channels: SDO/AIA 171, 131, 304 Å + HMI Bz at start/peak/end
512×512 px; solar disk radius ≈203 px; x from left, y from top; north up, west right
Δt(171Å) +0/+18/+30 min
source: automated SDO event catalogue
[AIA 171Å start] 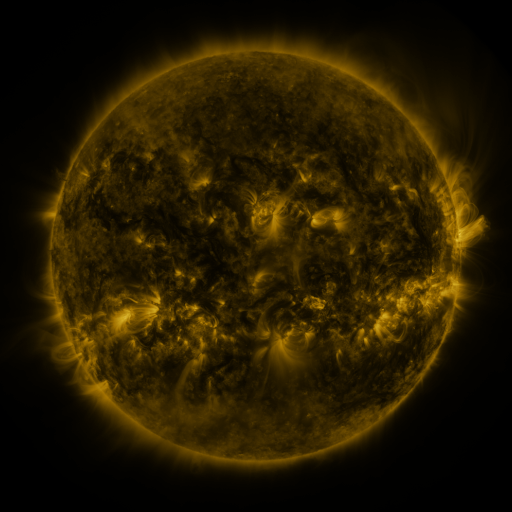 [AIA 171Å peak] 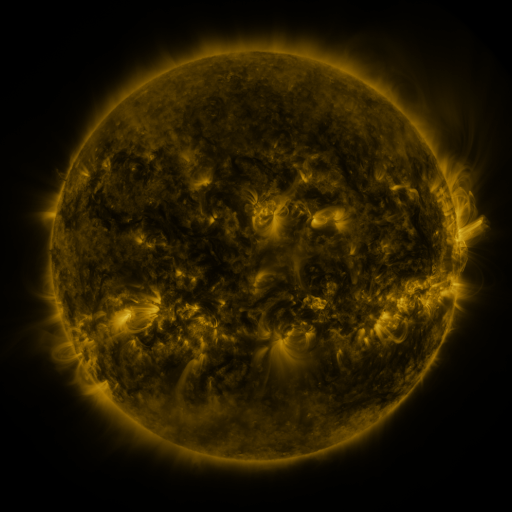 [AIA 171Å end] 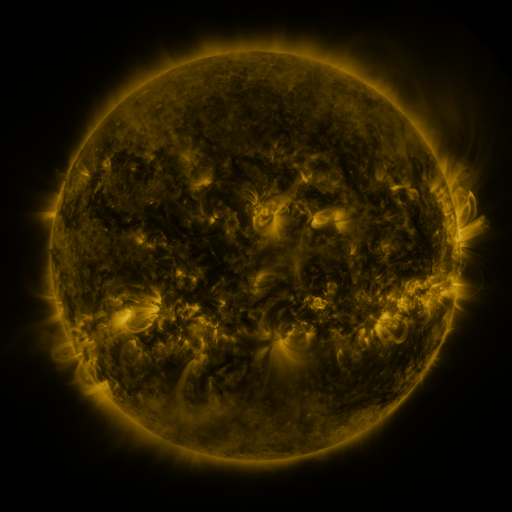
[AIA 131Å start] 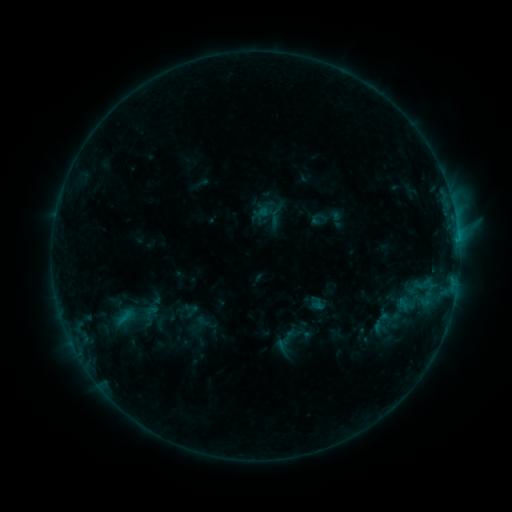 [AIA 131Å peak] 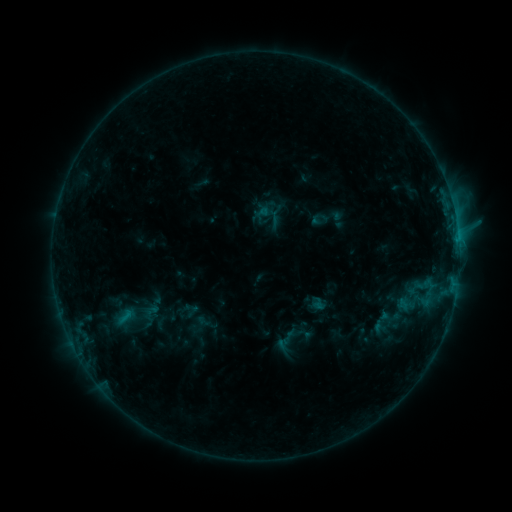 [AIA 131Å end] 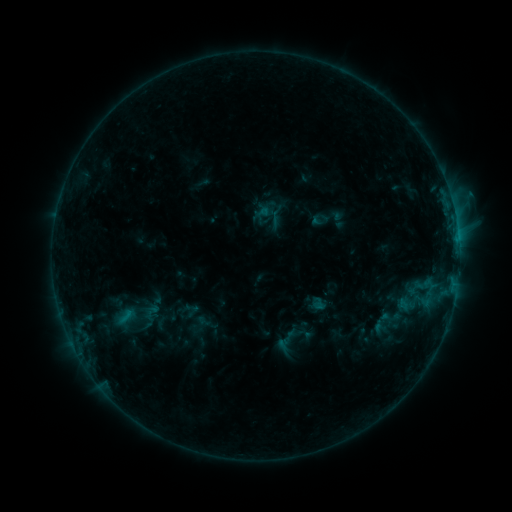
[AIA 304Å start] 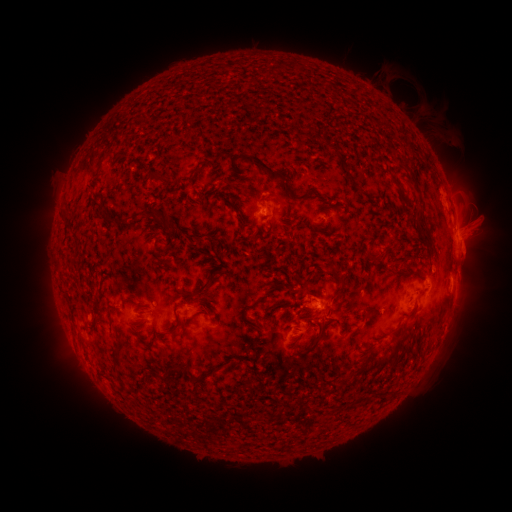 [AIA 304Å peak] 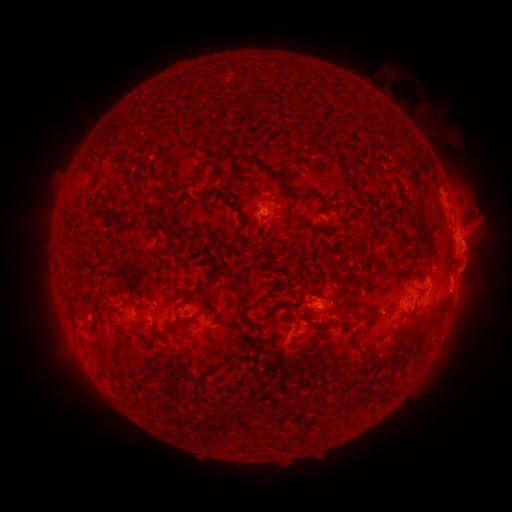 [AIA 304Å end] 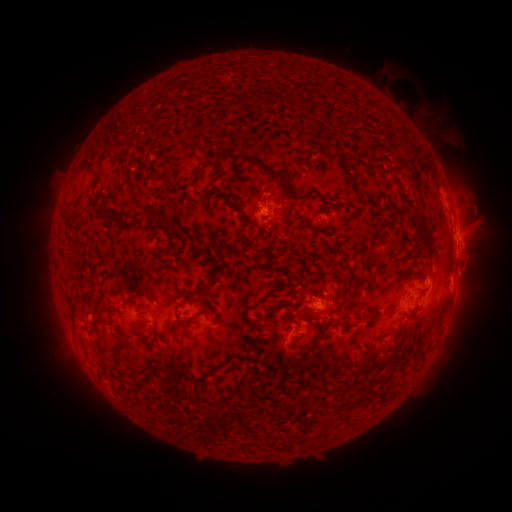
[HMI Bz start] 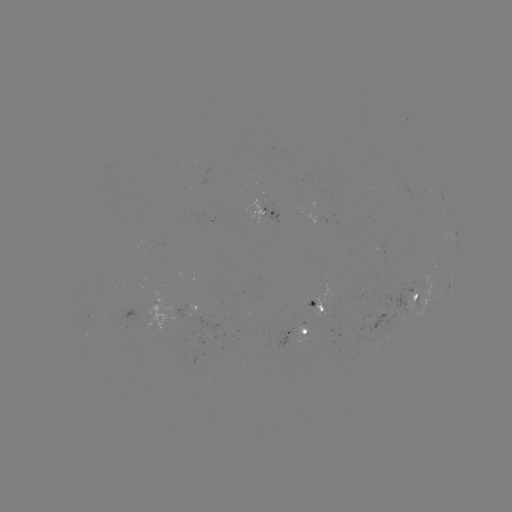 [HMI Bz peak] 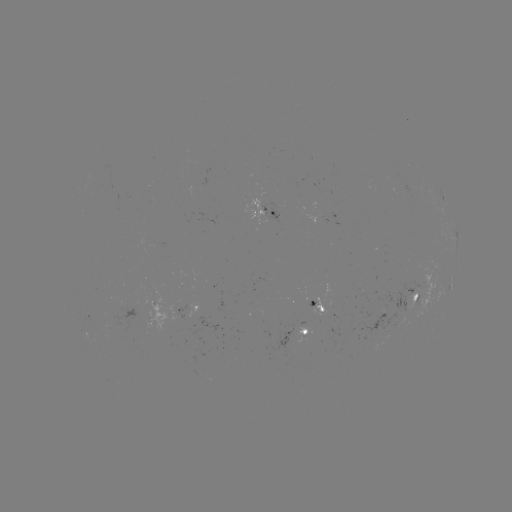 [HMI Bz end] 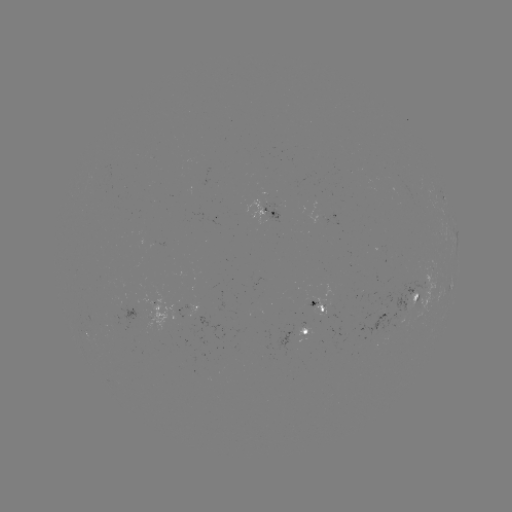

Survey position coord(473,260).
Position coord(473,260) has eruption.